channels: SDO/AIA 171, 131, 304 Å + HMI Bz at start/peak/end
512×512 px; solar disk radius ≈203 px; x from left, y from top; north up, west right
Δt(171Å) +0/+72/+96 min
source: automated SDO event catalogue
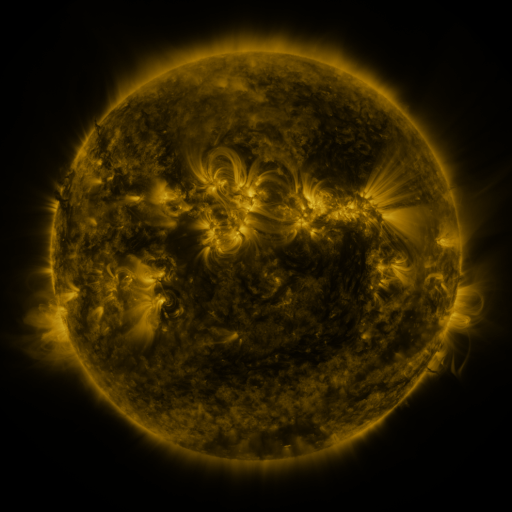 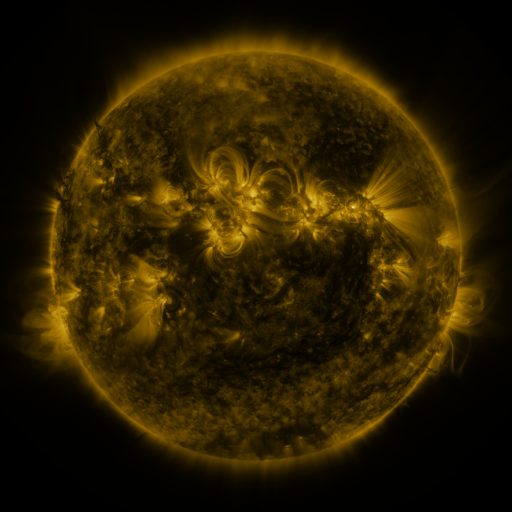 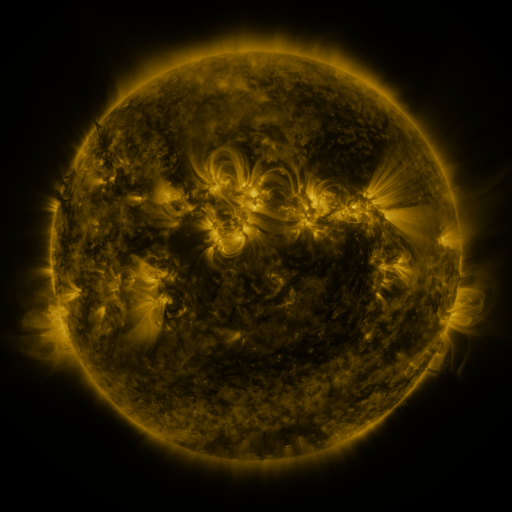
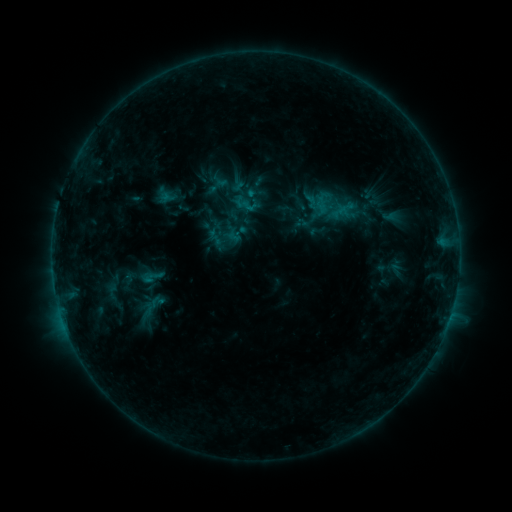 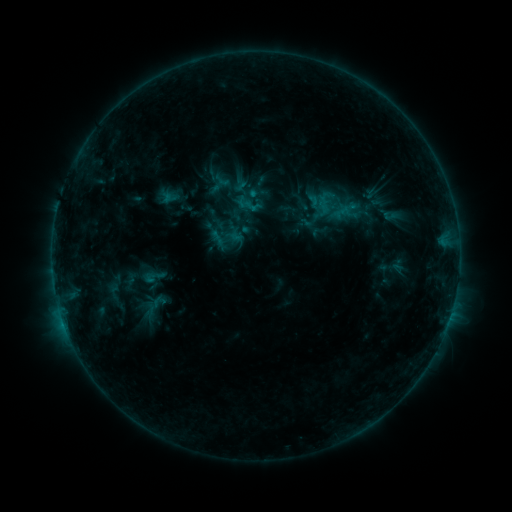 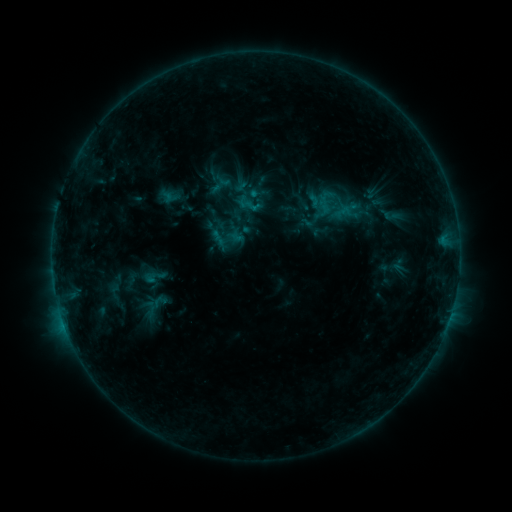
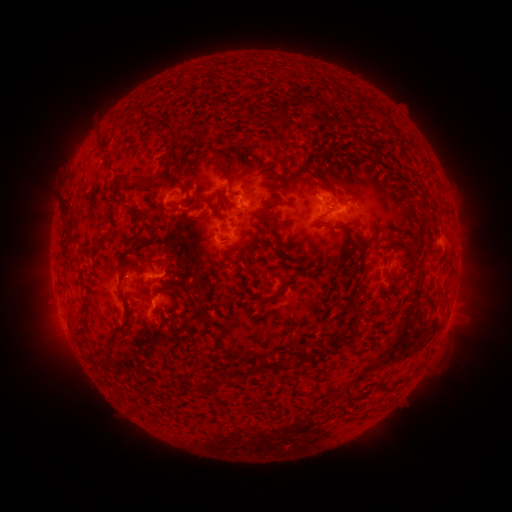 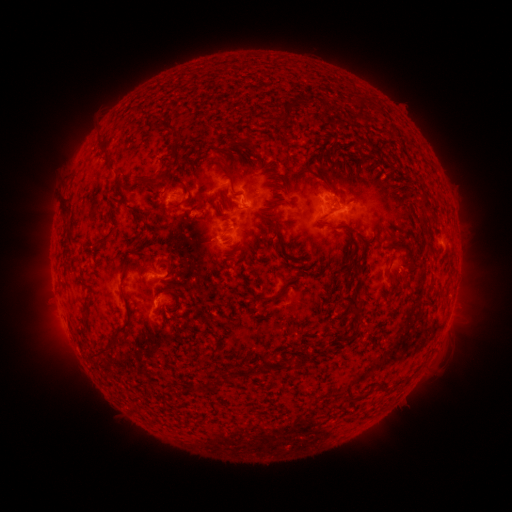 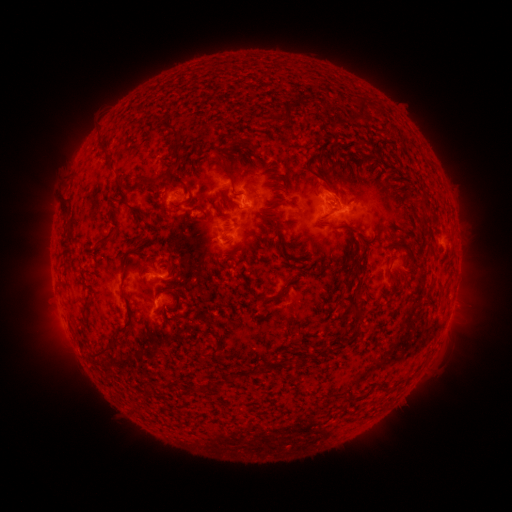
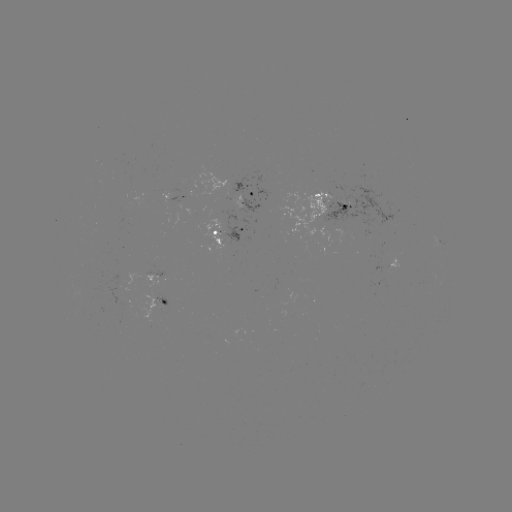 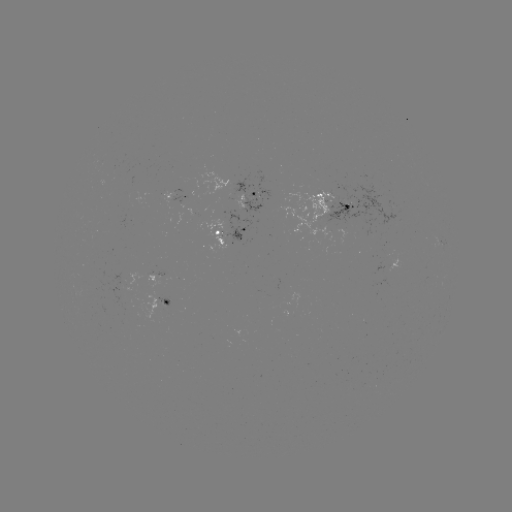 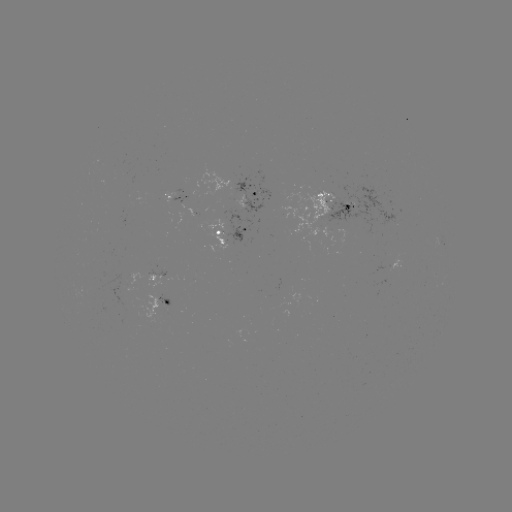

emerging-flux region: (199, 218, 227, 252)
